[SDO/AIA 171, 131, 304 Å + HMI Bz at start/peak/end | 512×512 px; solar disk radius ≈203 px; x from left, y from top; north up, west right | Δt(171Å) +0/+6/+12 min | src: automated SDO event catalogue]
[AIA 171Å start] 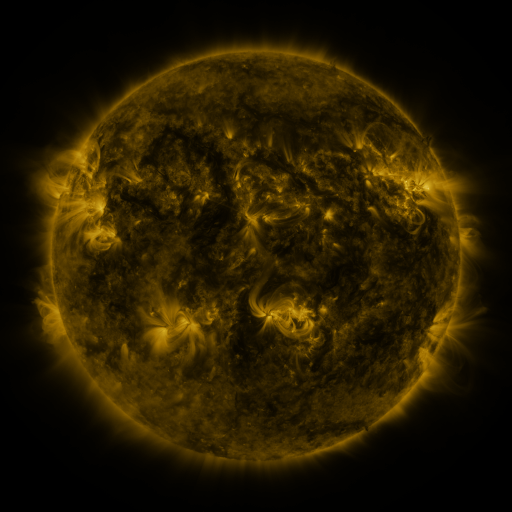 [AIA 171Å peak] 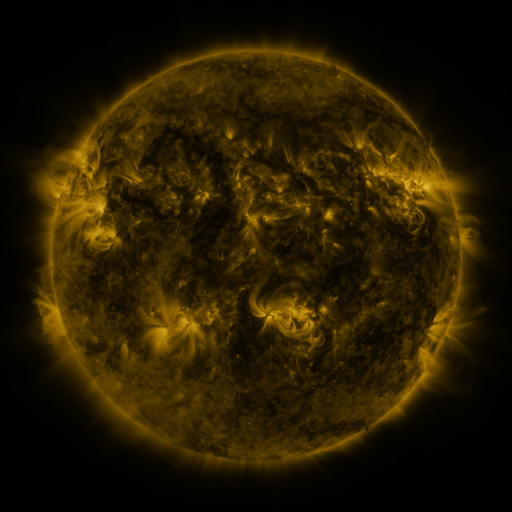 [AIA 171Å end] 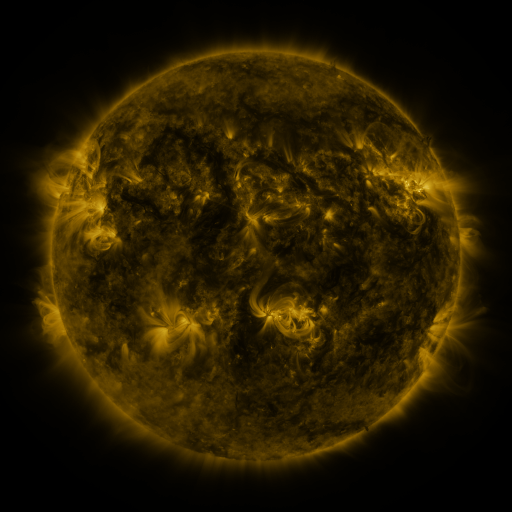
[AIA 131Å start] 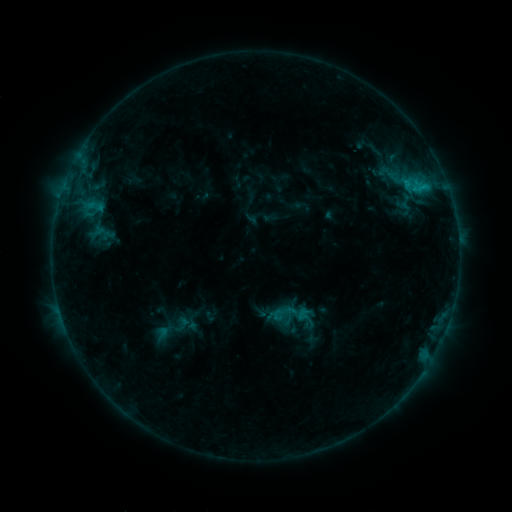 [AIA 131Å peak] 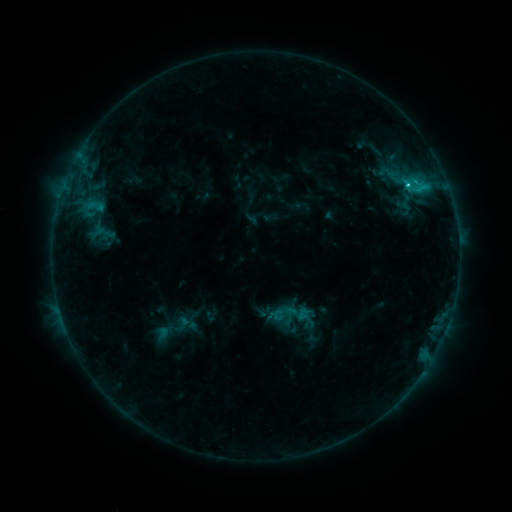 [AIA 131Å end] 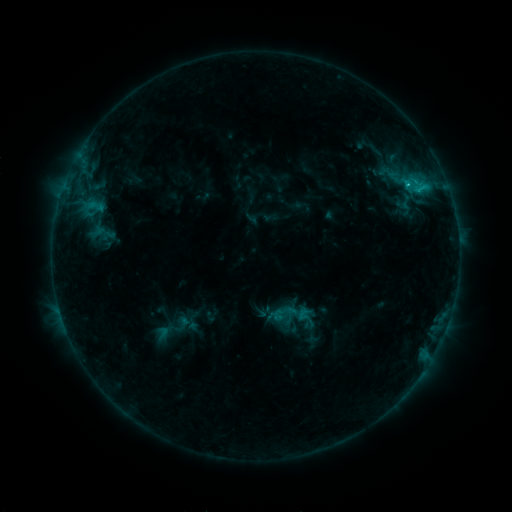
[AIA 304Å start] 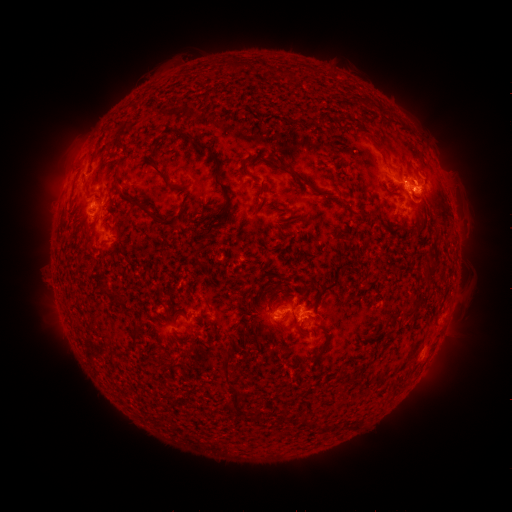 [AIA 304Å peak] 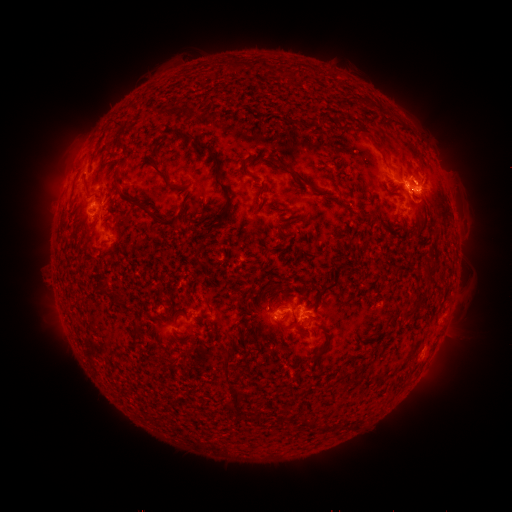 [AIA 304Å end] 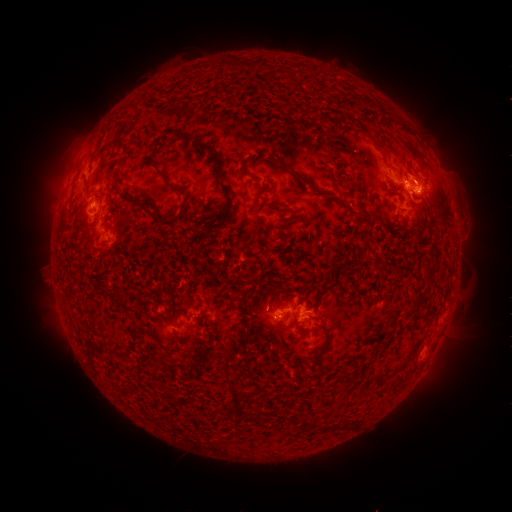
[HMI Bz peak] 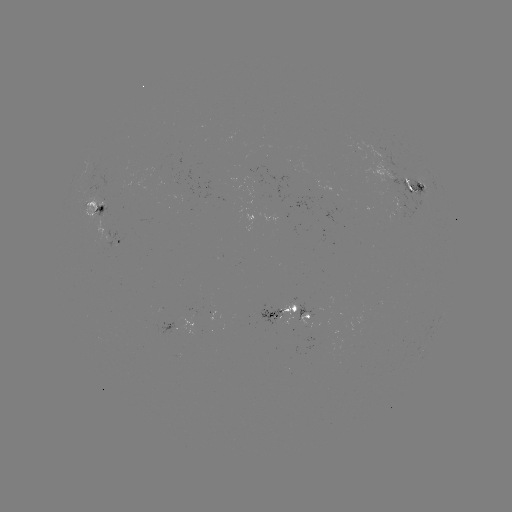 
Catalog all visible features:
C1.5 flare: (407, 186)
